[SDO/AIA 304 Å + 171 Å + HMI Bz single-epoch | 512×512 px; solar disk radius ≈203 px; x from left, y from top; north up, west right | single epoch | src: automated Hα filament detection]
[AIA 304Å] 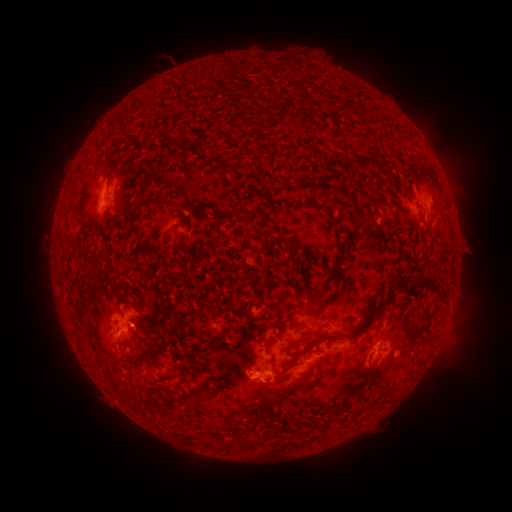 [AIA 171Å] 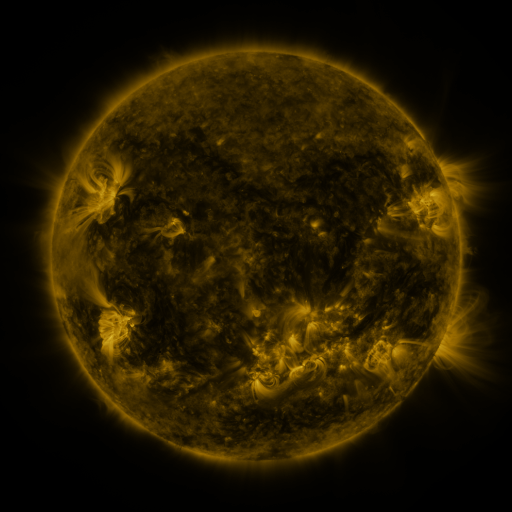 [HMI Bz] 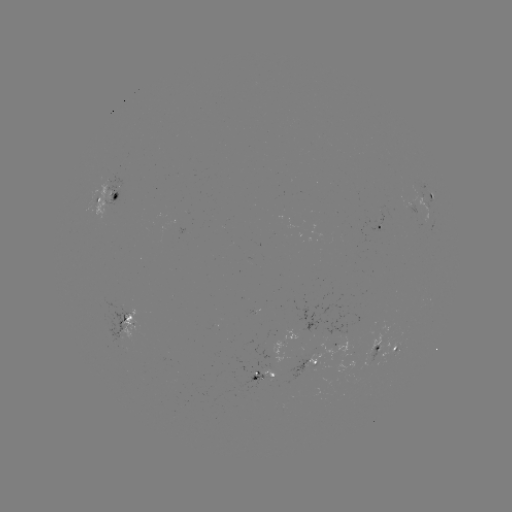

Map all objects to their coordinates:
filament: (142, 145, 155, 153)
filament: (103, 151, 111, 162)
filament: (355, 156, 380, 171)
filament: (242, 202, 254, 222)
filament: (327, 212, 339, 224)
filament: (169, 223, 179, 232)
filament: (290, 265, 299, 275)
filament: (418, 269, 428, 286)
filament: (314, 285, 397, 342)
filament: (171, 303, 182, 319)
filament: (171, 328, 183, 341)
filament: (147, 346, 167, 359)
filament: (287, 350, 300, 370)
filament: (136, 357, 150, 365)
filament: (239, 436, 254, 448)
filament: (223, 439, 232, 448)
